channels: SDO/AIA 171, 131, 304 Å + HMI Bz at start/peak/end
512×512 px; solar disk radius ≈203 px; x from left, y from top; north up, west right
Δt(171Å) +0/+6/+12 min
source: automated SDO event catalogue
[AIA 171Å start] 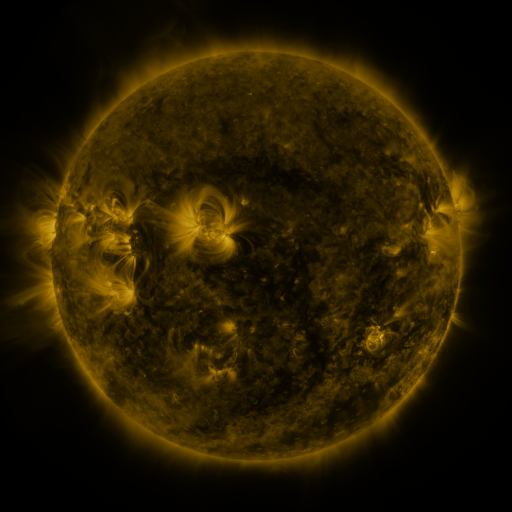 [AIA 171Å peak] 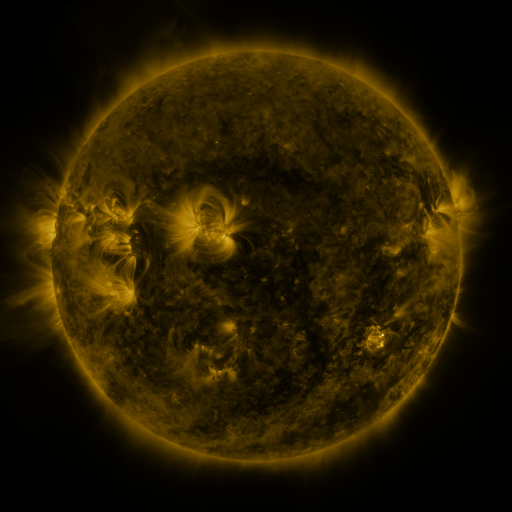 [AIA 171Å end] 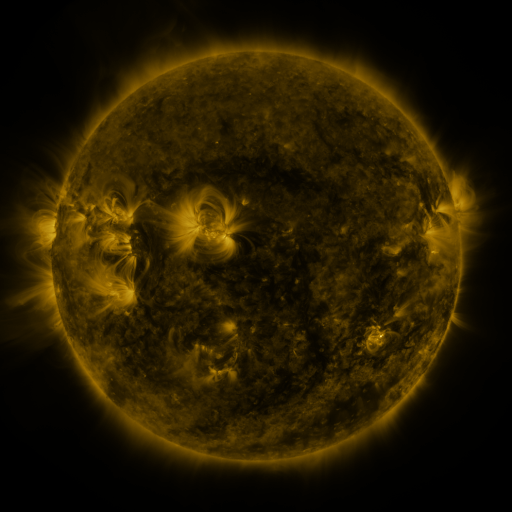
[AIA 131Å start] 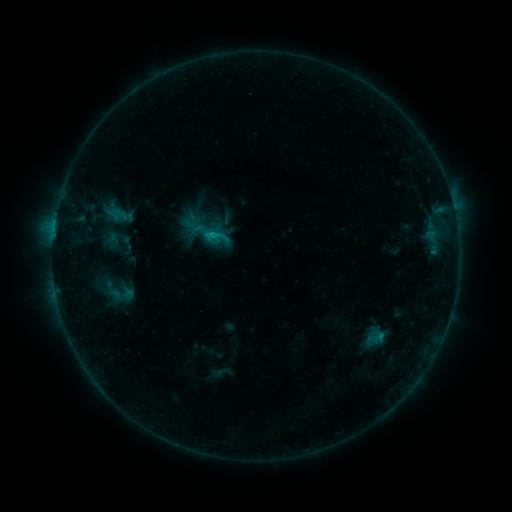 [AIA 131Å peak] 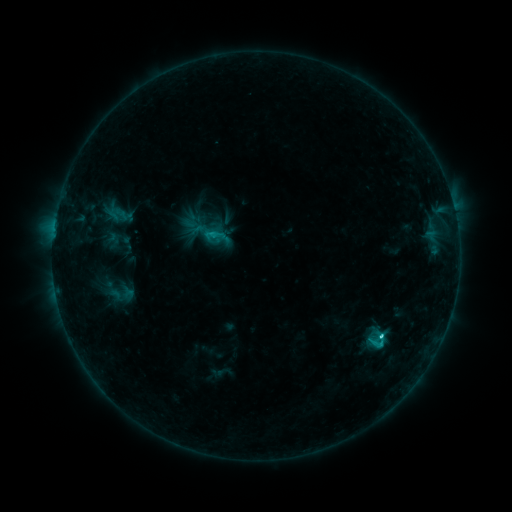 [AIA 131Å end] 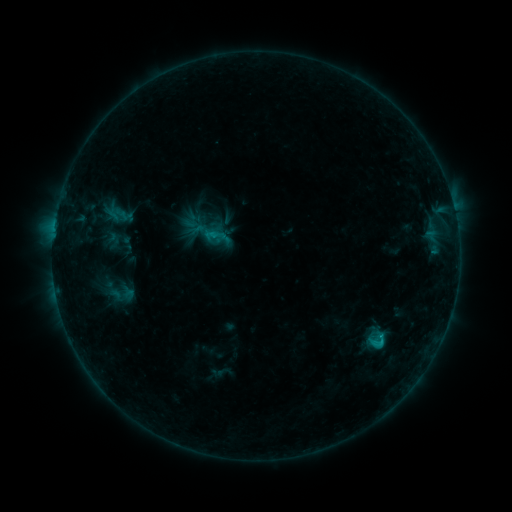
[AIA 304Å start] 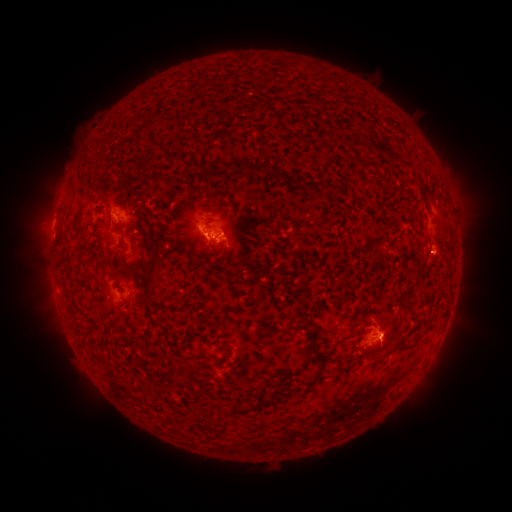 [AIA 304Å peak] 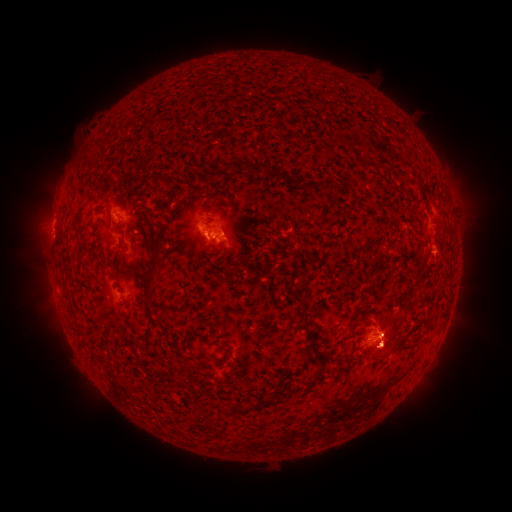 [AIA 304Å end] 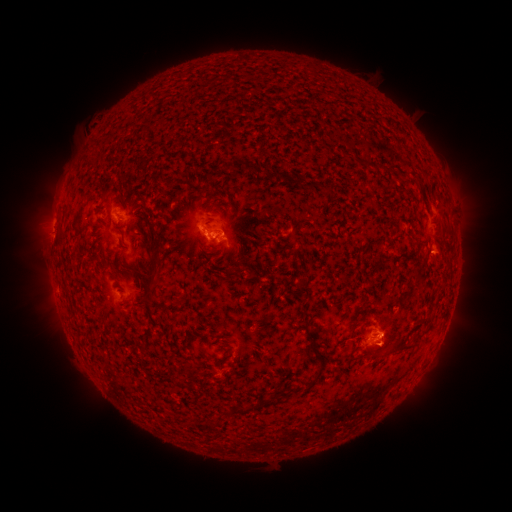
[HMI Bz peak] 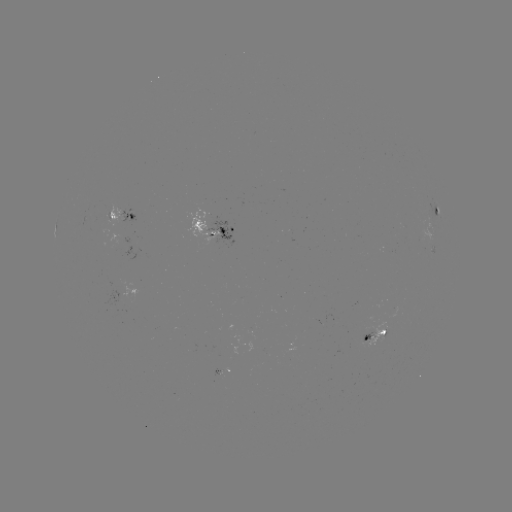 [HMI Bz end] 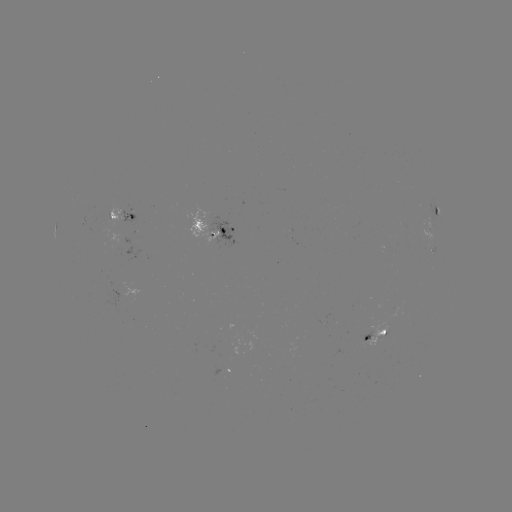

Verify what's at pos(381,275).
eruption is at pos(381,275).